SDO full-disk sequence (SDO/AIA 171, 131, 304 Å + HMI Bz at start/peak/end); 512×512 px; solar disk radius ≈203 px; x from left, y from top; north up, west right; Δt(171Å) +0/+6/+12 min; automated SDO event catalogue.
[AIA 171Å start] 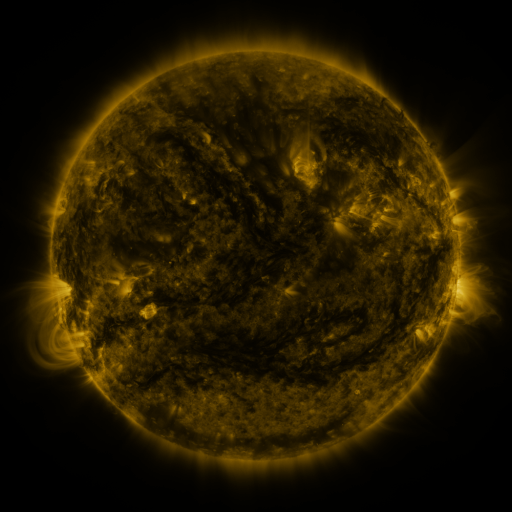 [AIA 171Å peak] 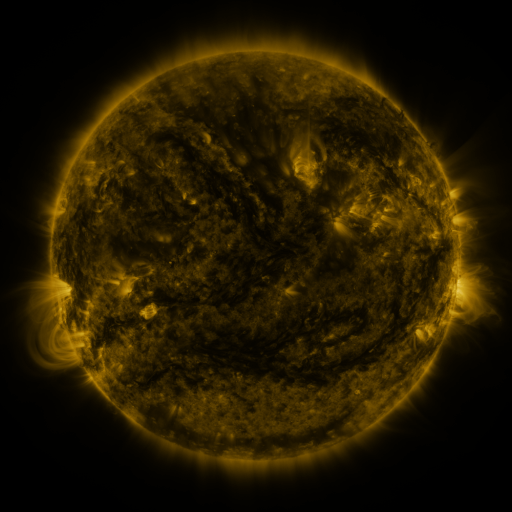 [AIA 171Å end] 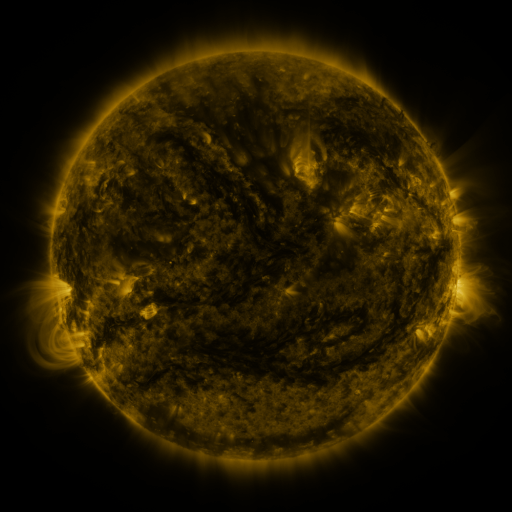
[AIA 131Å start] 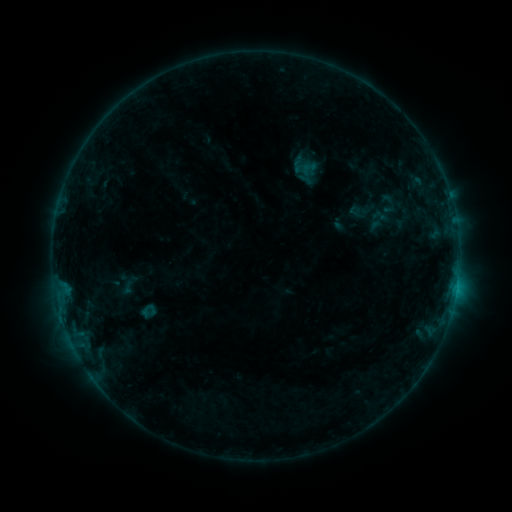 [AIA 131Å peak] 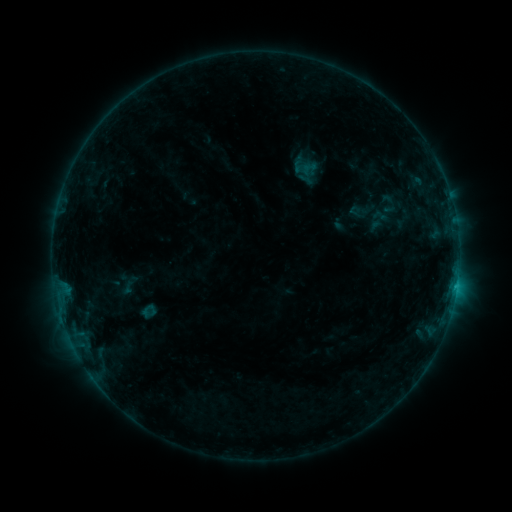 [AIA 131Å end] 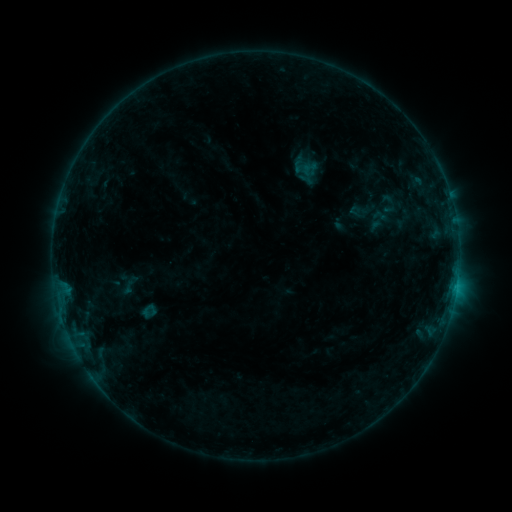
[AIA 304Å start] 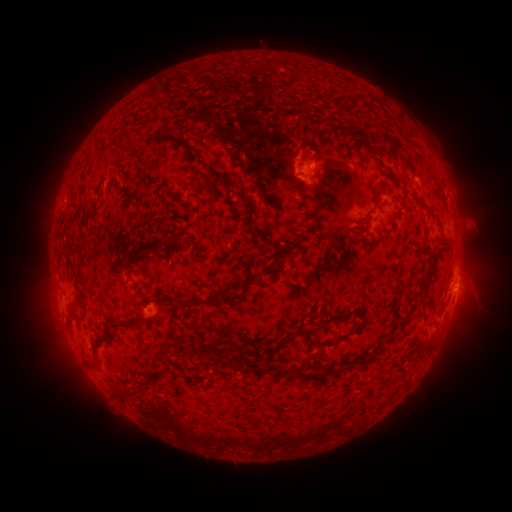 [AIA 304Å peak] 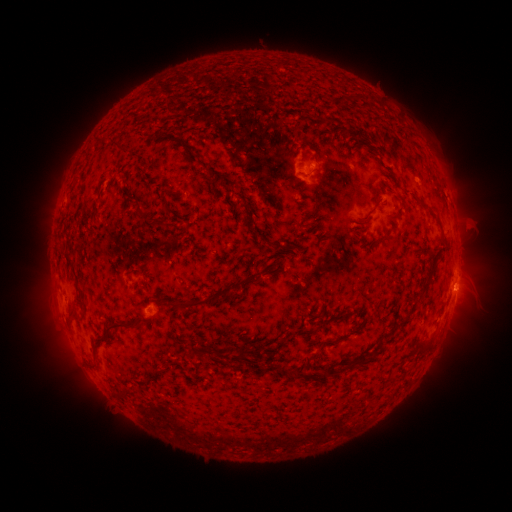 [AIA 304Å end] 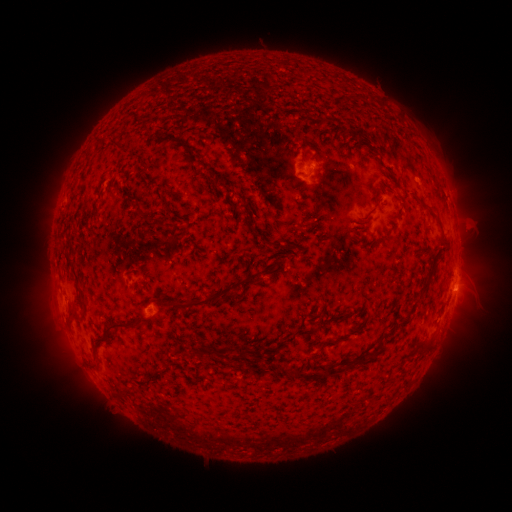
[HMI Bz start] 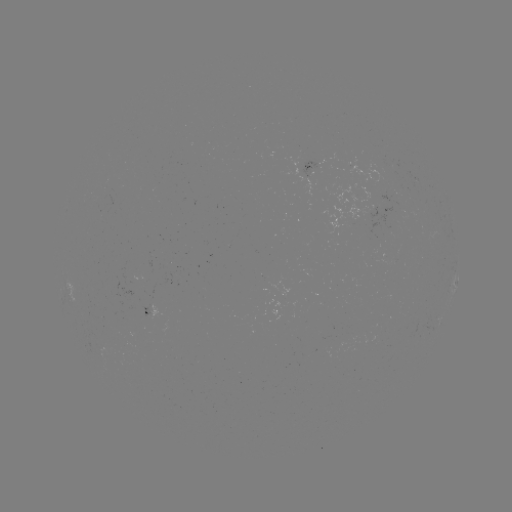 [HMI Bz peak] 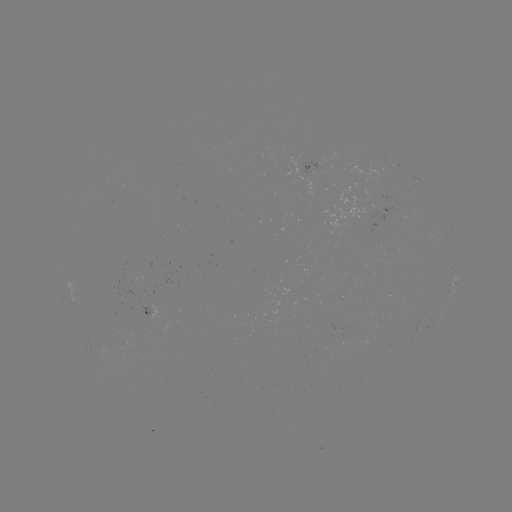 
no classed flare was catalogued and no EUV brightening was flagged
